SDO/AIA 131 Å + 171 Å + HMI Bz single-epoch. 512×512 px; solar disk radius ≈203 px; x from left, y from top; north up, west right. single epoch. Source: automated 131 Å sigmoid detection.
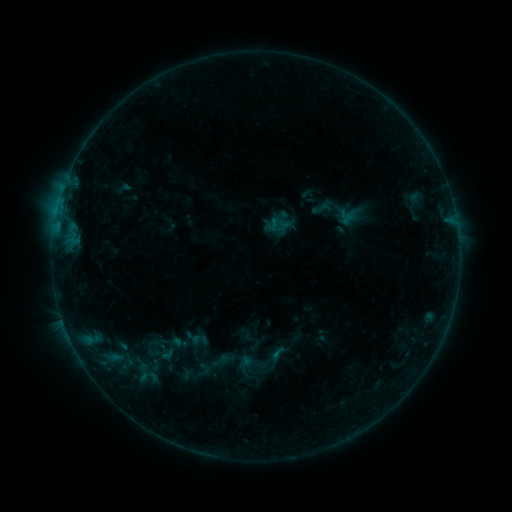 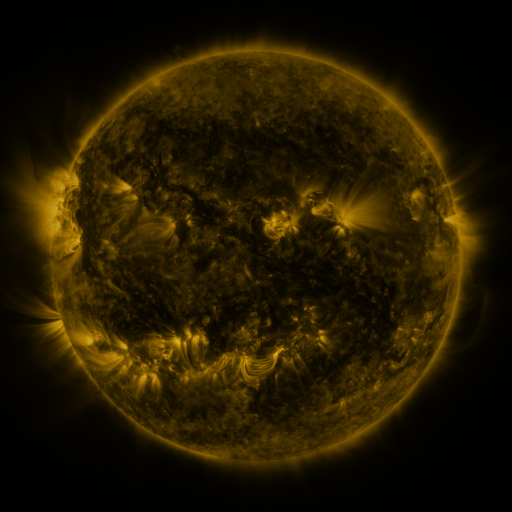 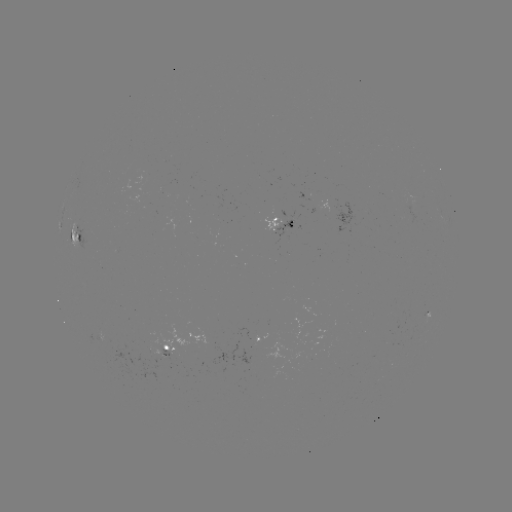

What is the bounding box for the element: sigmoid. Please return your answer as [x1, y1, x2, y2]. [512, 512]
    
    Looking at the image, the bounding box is [187, 329, 211, 351].